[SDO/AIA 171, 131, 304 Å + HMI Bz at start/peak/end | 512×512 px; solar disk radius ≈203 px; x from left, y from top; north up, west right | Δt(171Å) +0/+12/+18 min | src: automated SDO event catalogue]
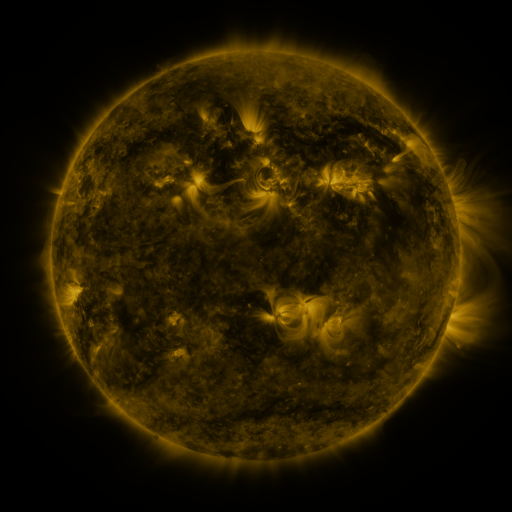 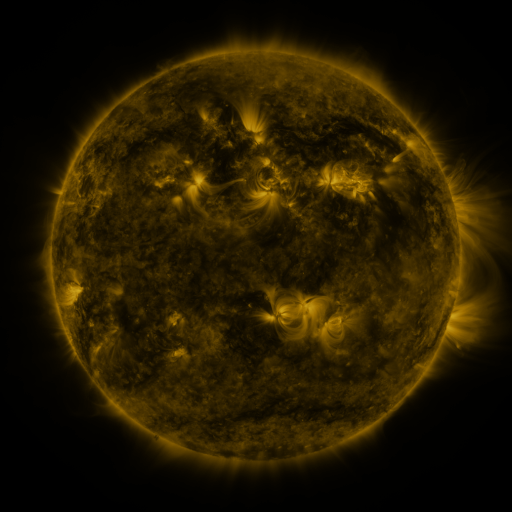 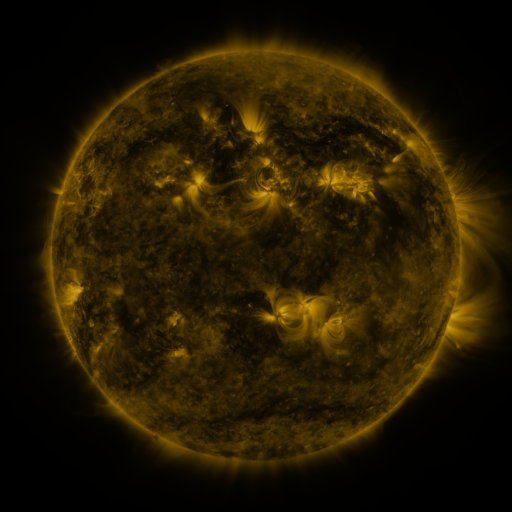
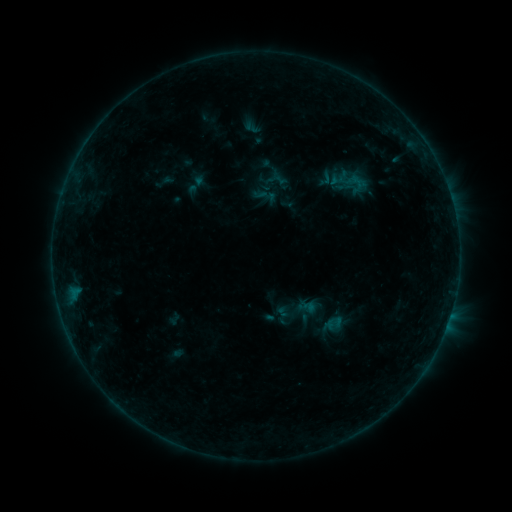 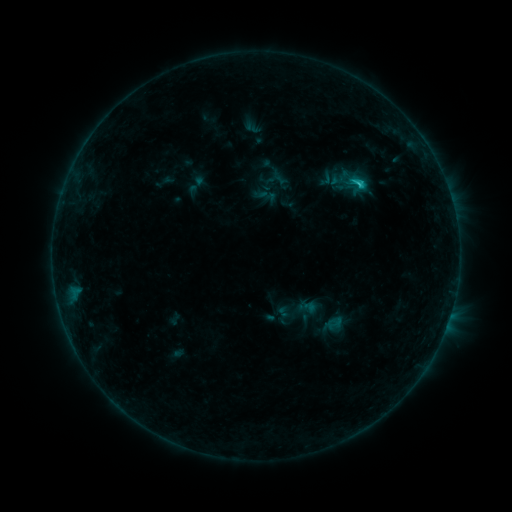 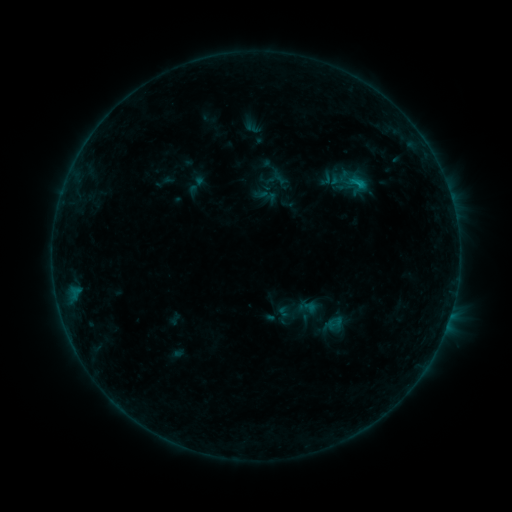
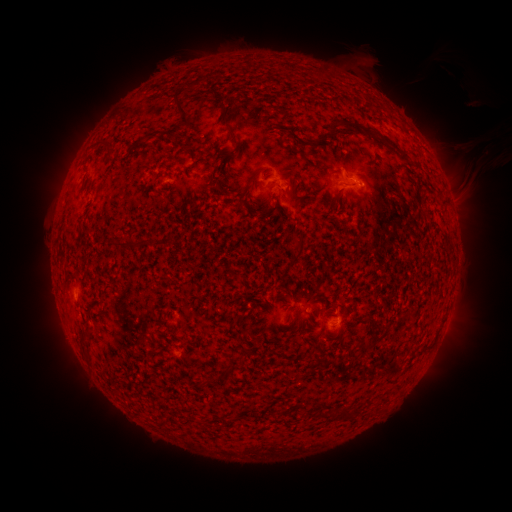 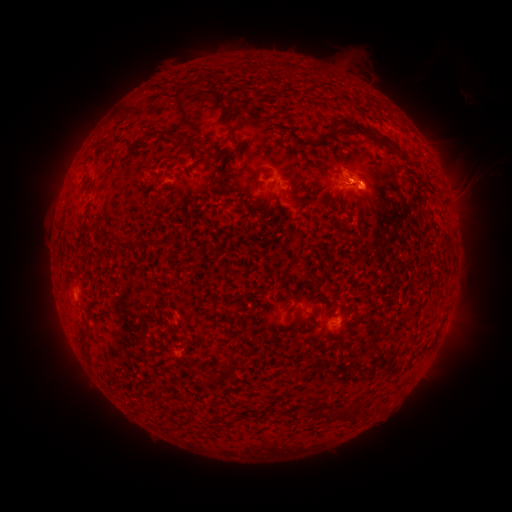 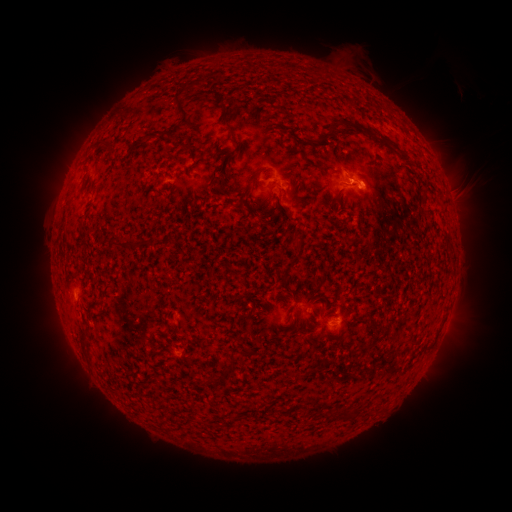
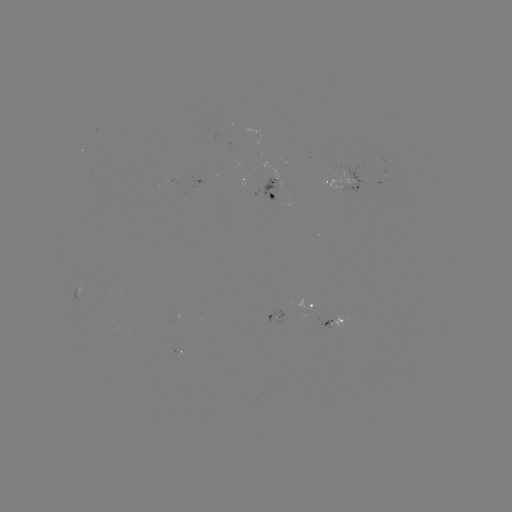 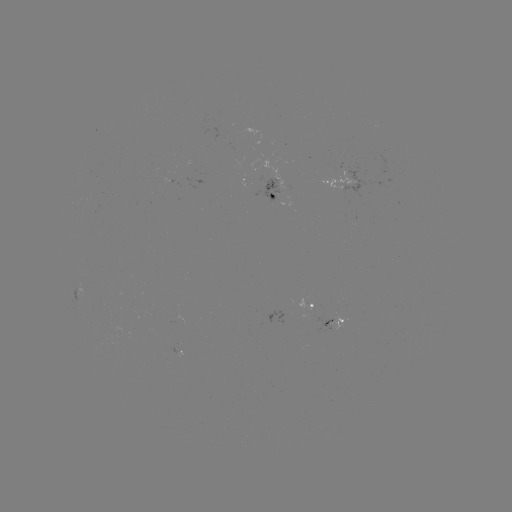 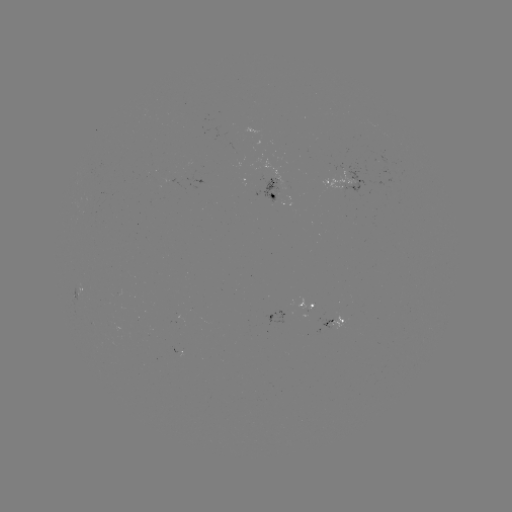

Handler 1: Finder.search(C1.0 flare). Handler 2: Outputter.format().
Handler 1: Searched C1.0 flare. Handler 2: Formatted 357,186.